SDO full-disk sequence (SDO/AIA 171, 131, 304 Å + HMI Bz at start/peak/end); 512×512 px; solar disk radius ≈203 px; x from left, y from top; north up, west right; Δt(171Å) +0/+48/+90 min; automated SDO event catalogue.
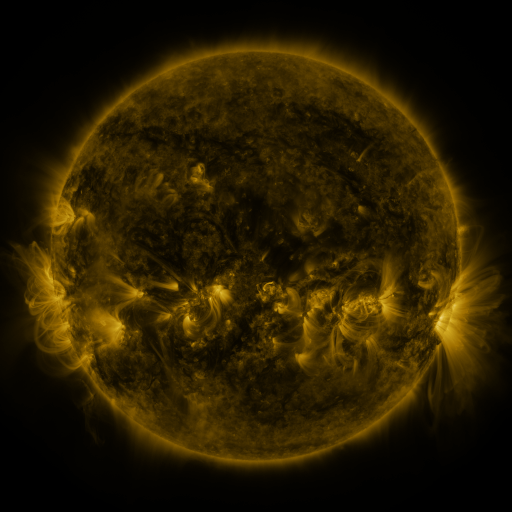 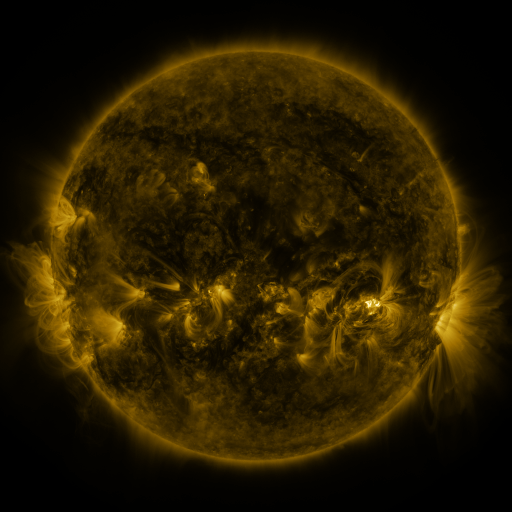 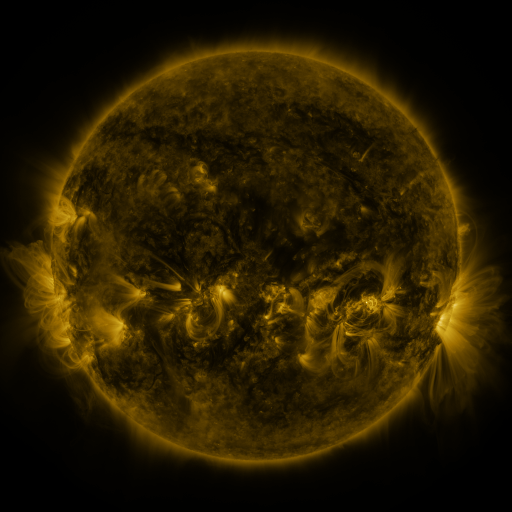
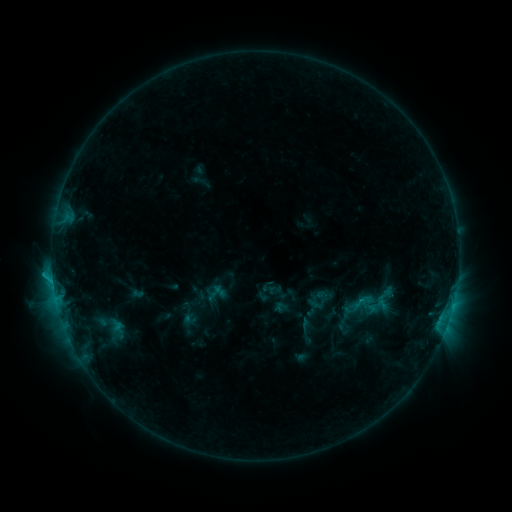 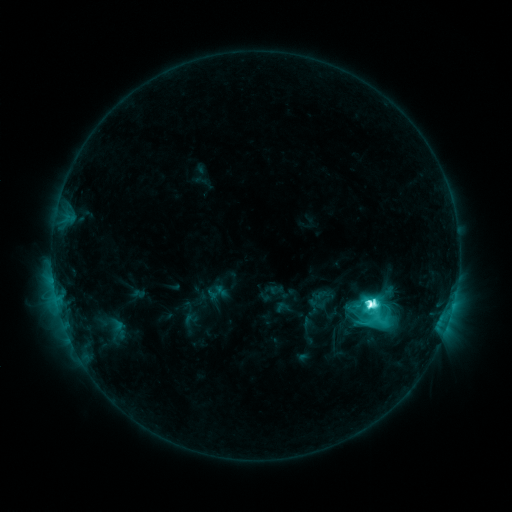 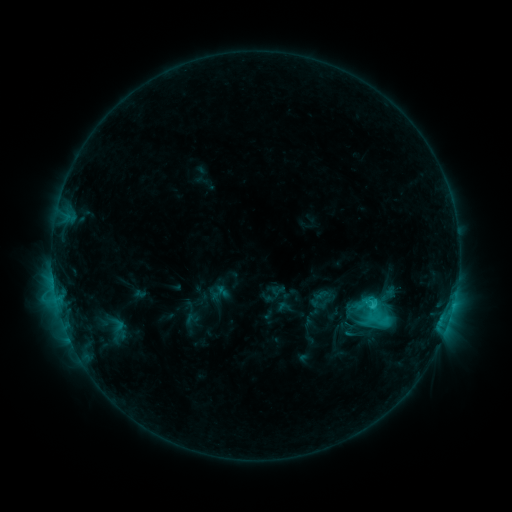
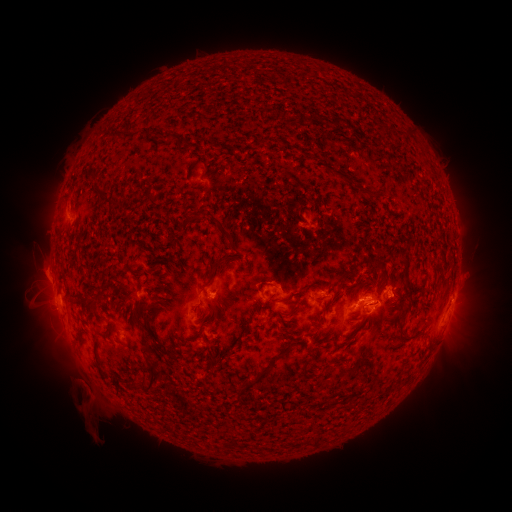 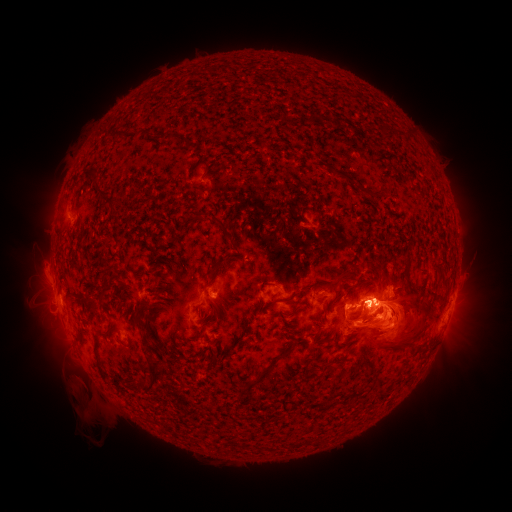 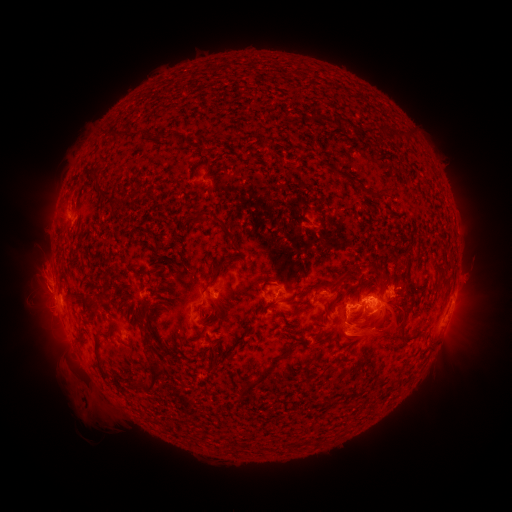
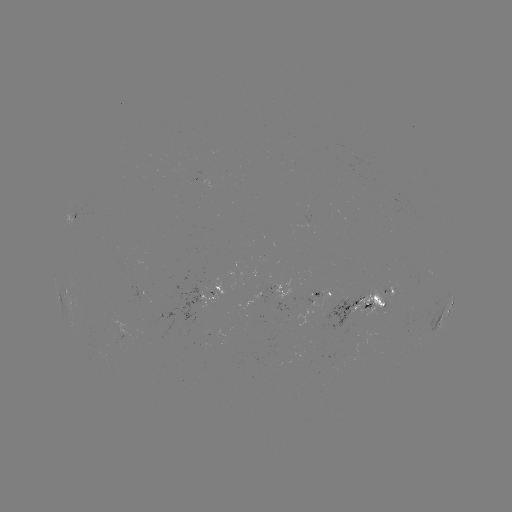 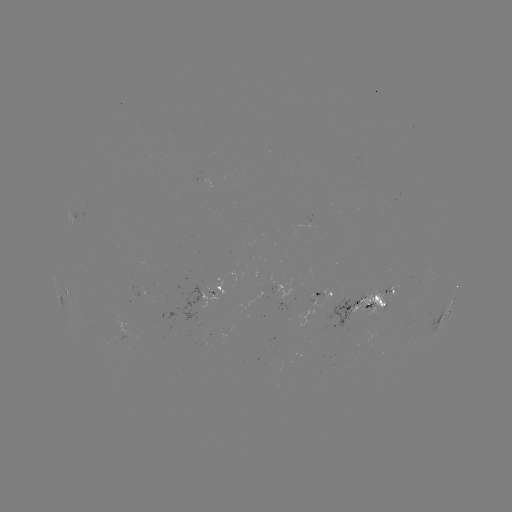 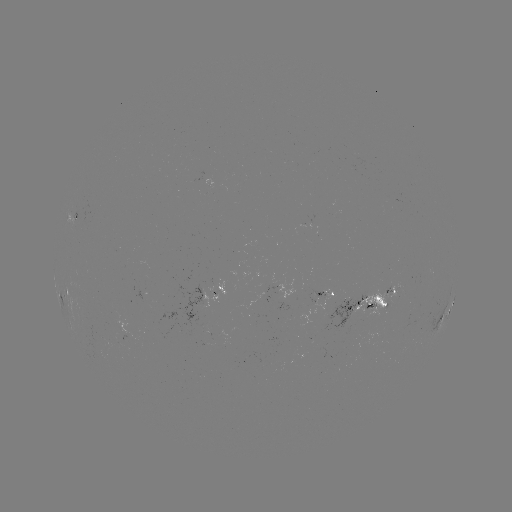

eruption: [244, 196, 511, 442]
